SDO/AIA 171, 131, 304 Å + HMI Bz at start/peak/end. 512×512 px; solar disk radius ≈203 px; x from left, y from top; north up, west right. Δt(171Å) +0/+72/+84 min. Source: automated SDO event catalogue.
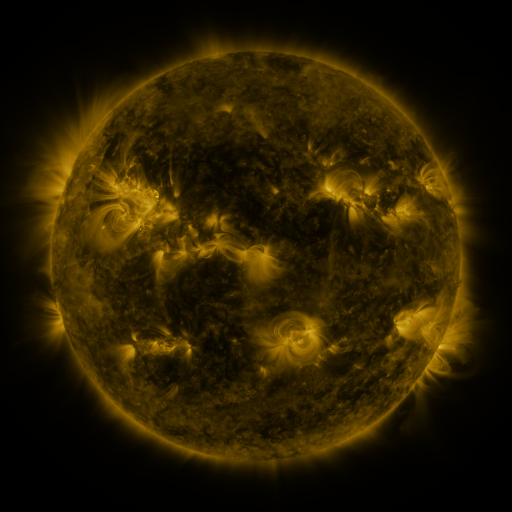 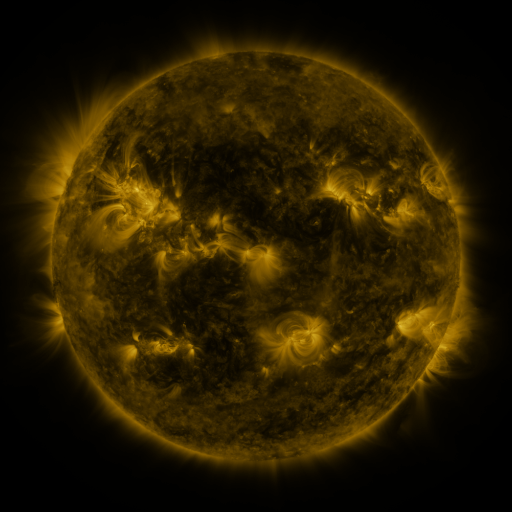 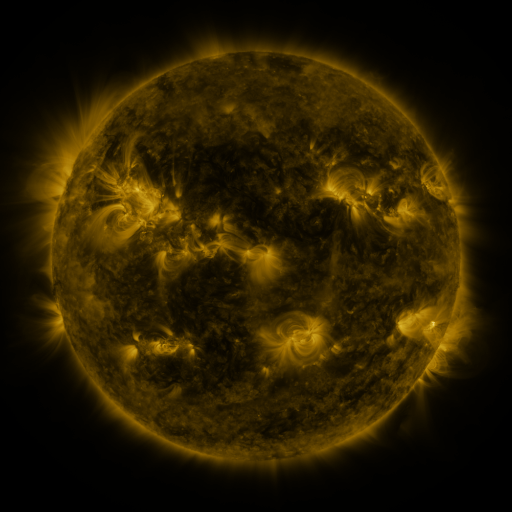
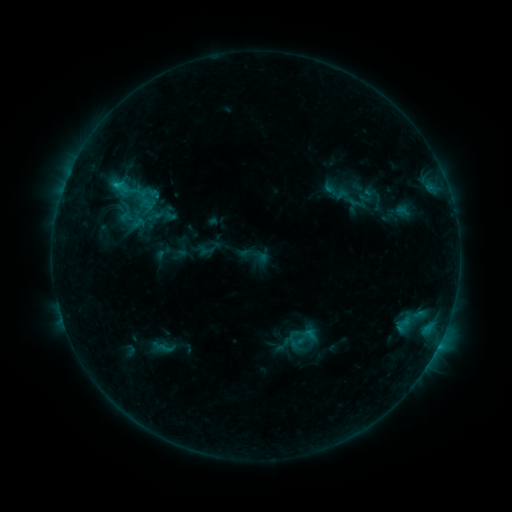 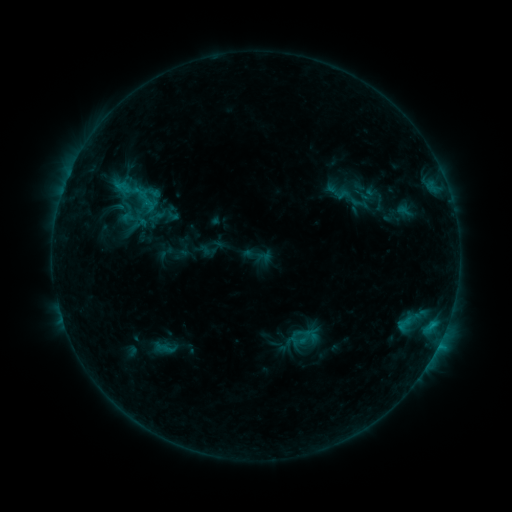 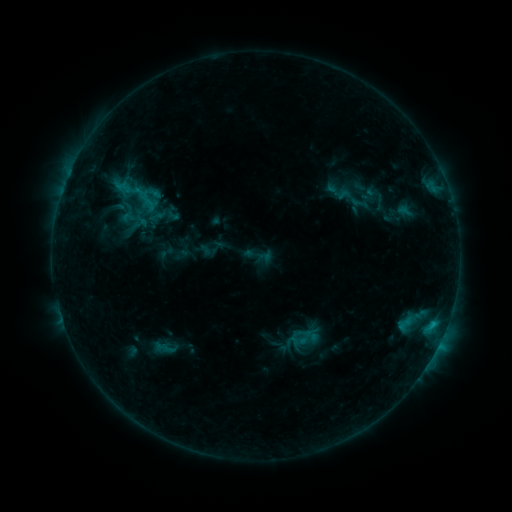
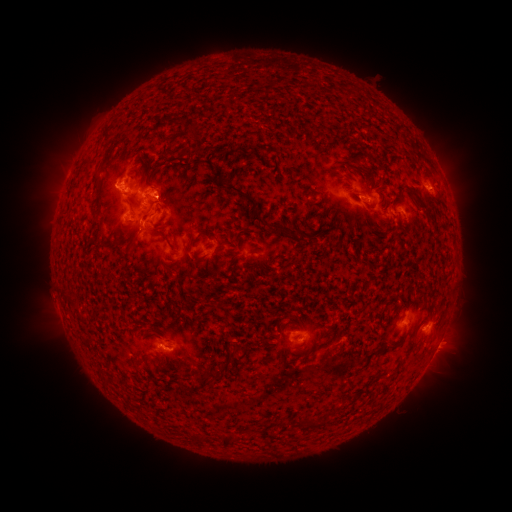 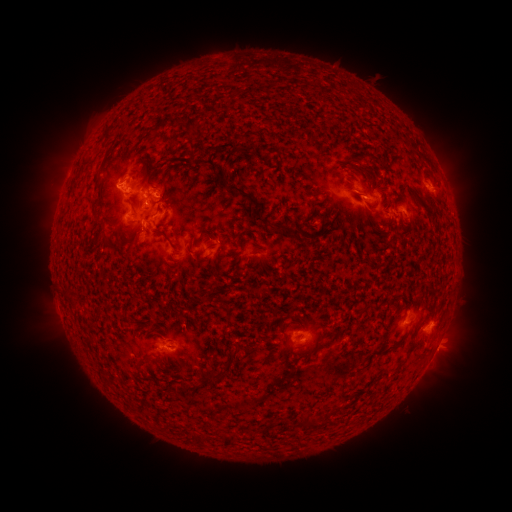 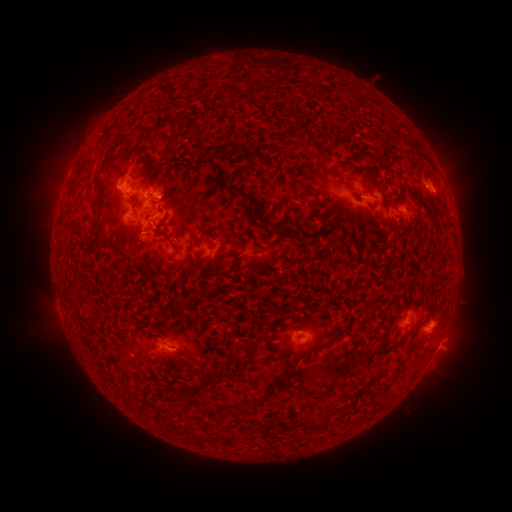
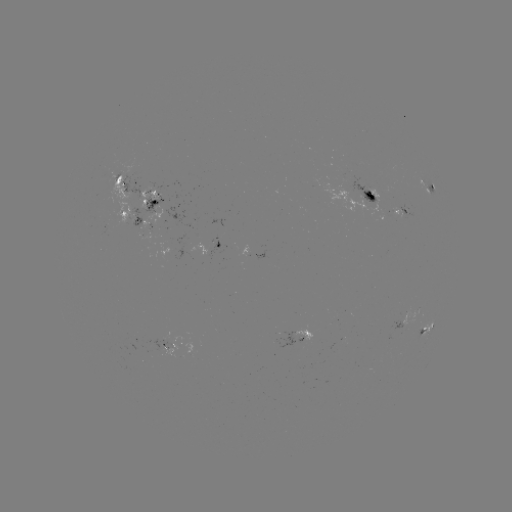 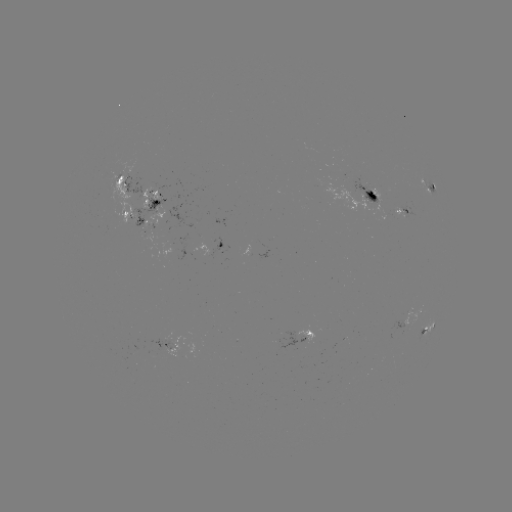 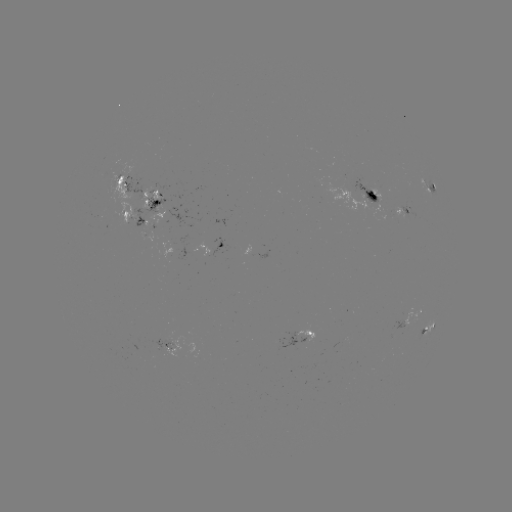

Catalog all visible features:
emerging-flux region: (163, 345)
